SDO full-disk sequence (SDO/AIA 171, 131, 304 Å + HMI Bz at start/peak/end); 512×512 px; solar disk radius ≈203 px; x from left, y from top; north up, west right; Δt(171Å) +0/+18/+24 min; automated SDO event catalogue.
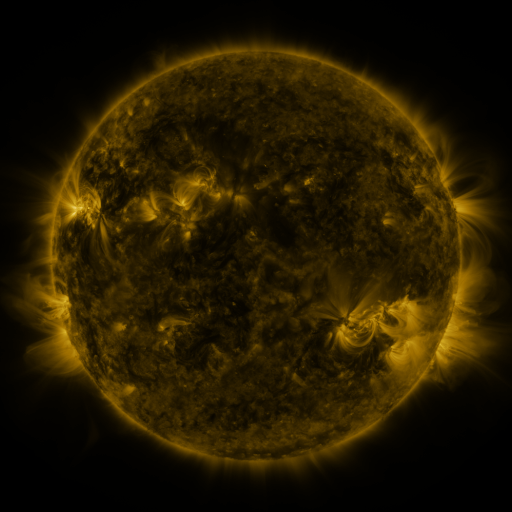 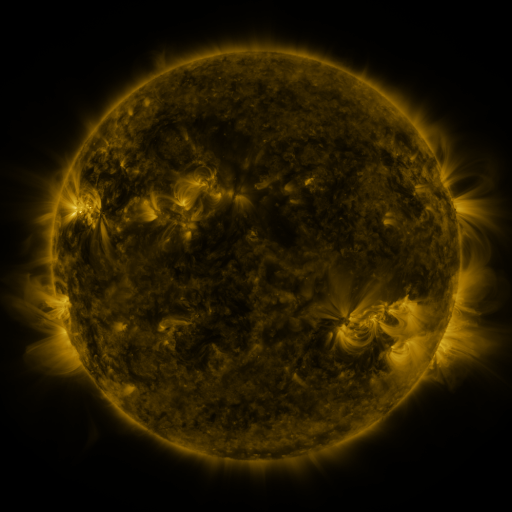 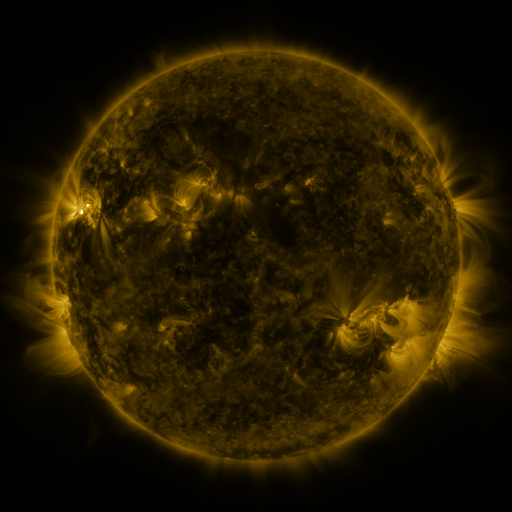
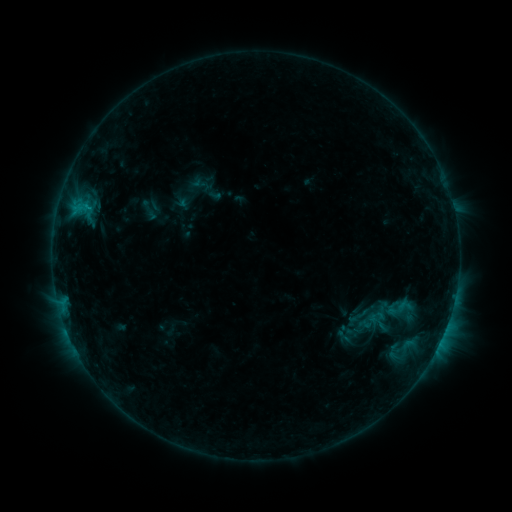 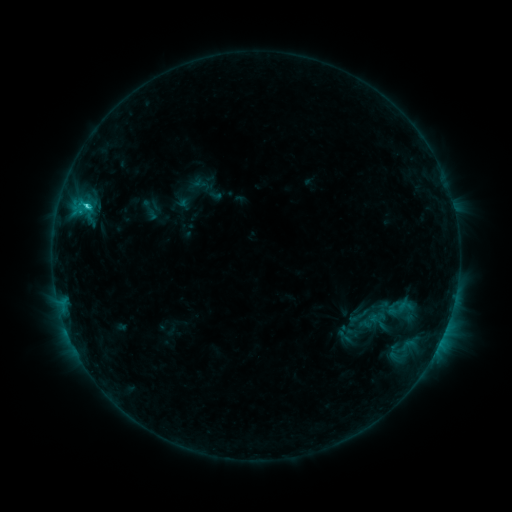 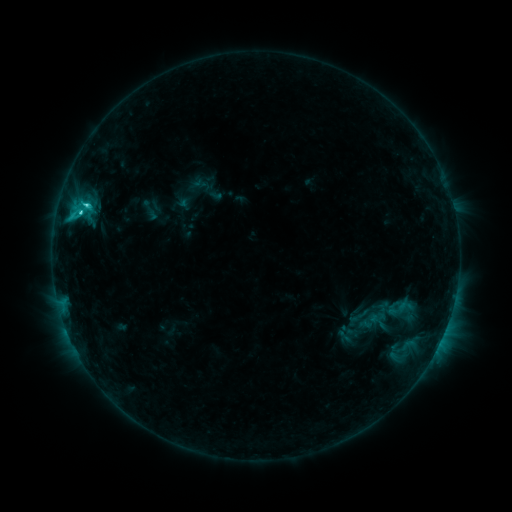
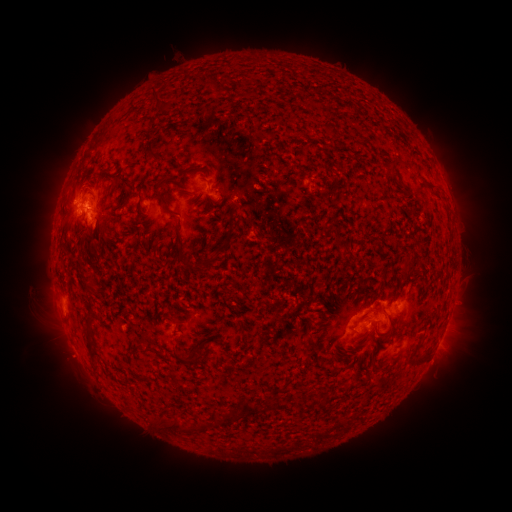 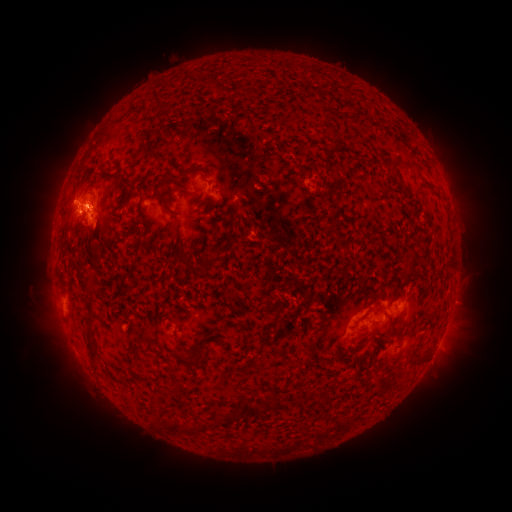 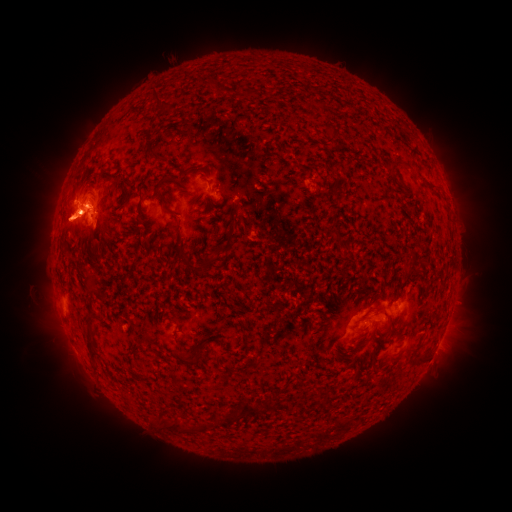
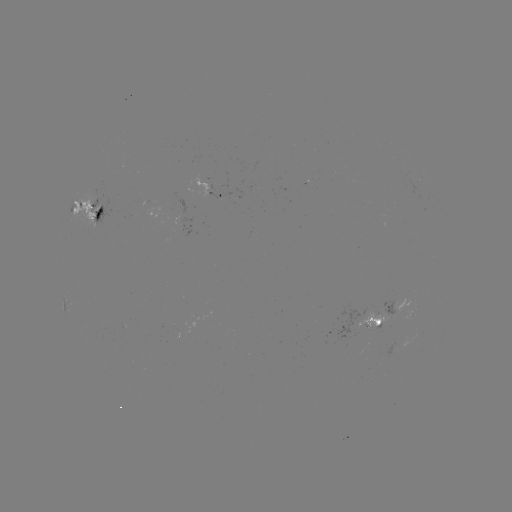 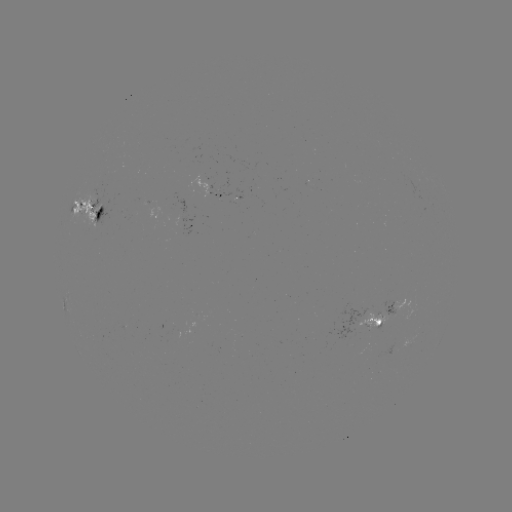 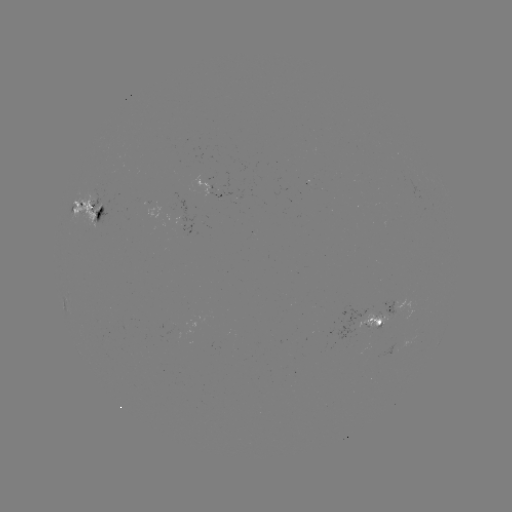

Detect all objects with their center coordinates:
C4.0 flare: (80, 214)
